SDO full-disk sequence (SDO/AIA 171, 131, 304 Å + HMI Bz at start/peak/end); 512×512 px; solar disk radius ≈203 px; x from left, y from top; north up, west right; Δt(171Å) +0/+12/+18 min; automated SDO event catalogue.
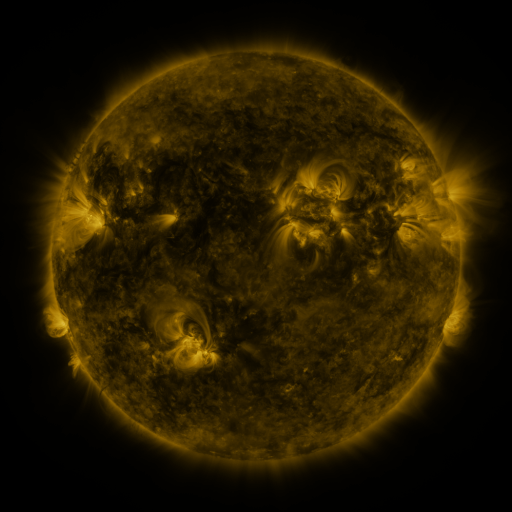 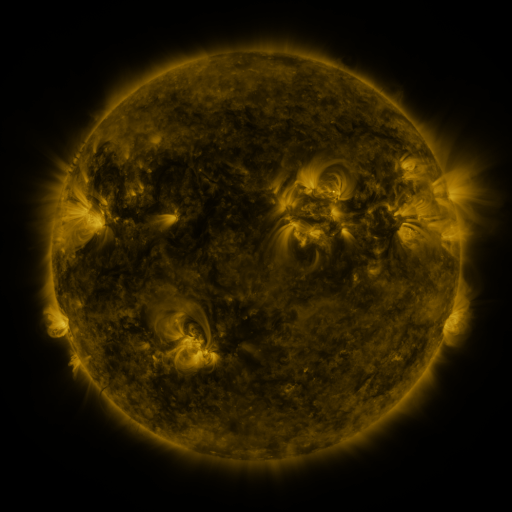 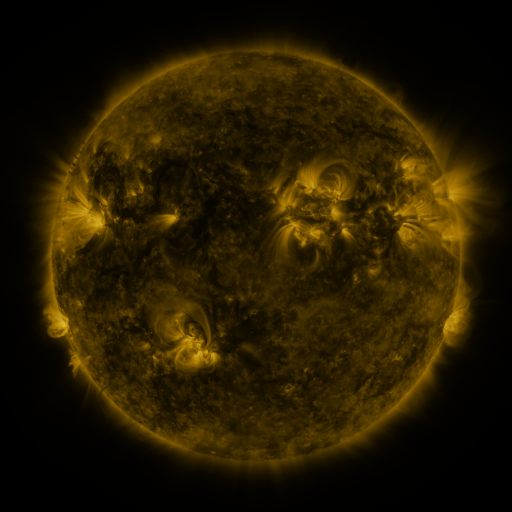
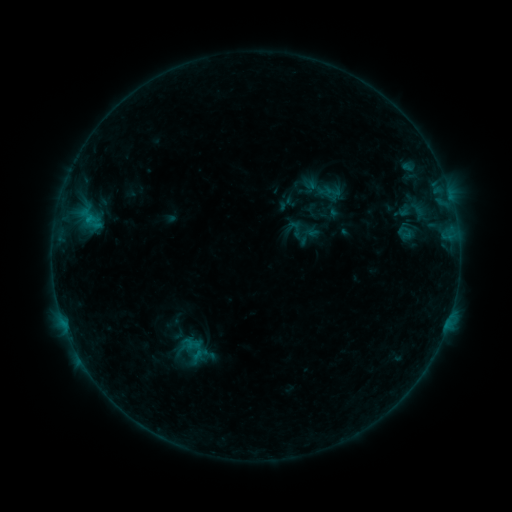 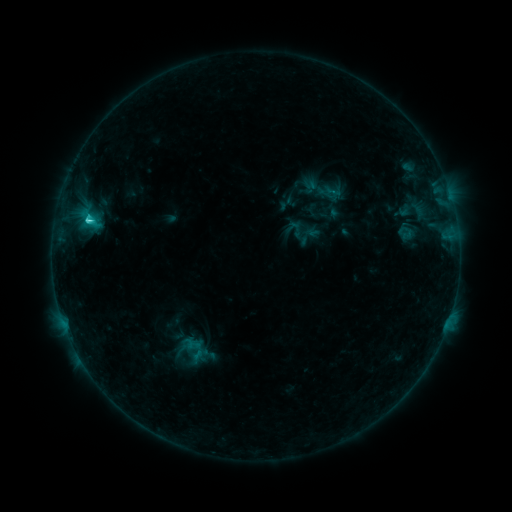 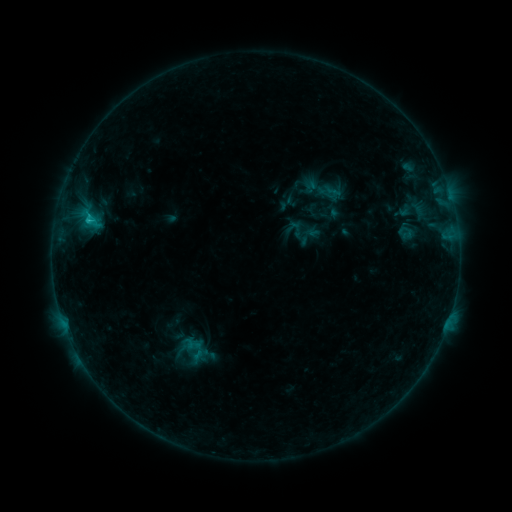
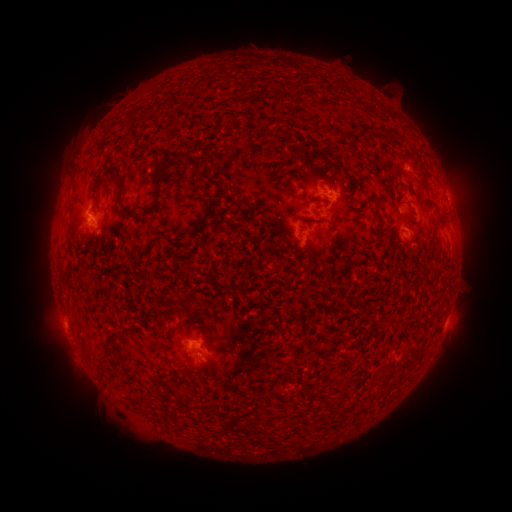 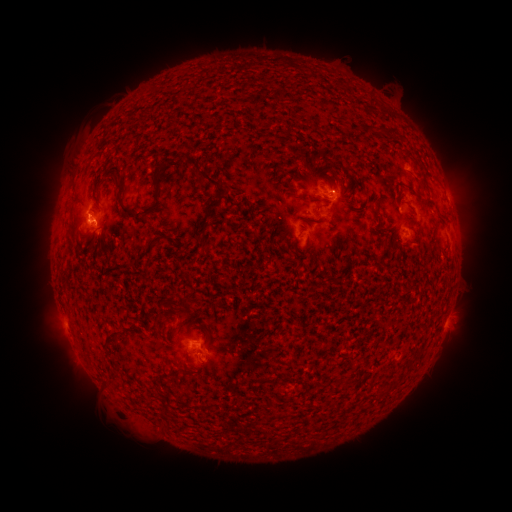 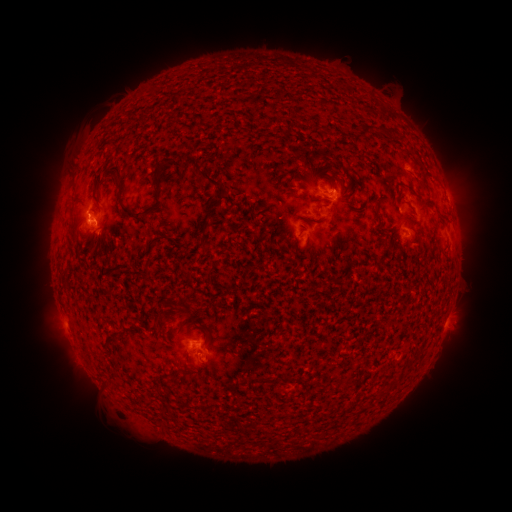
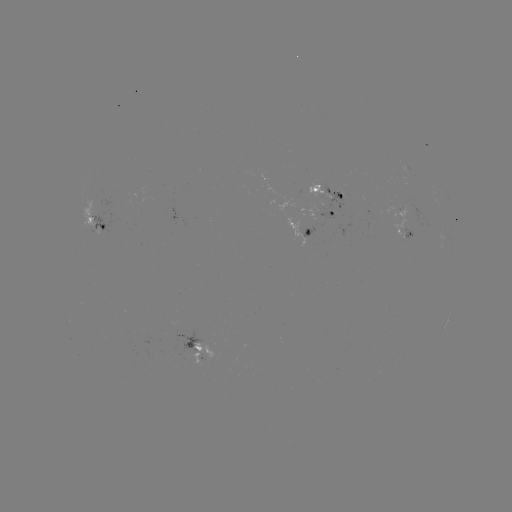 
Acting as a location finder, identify C2.0 flare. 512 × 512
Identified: [90, 220].